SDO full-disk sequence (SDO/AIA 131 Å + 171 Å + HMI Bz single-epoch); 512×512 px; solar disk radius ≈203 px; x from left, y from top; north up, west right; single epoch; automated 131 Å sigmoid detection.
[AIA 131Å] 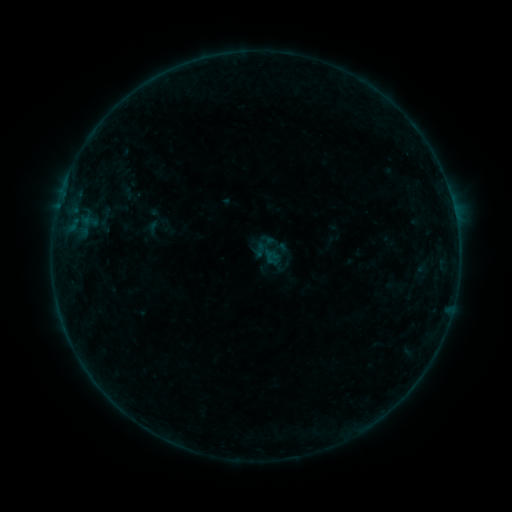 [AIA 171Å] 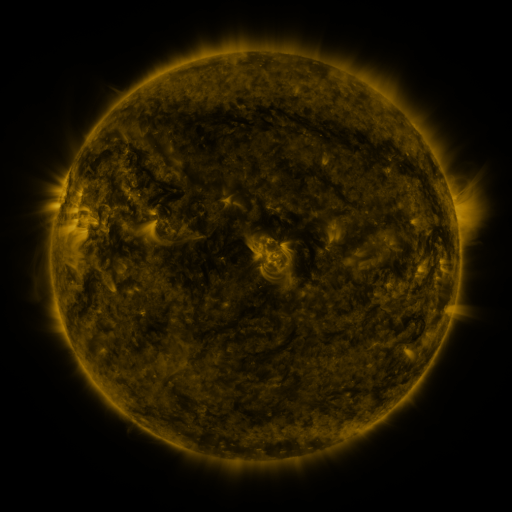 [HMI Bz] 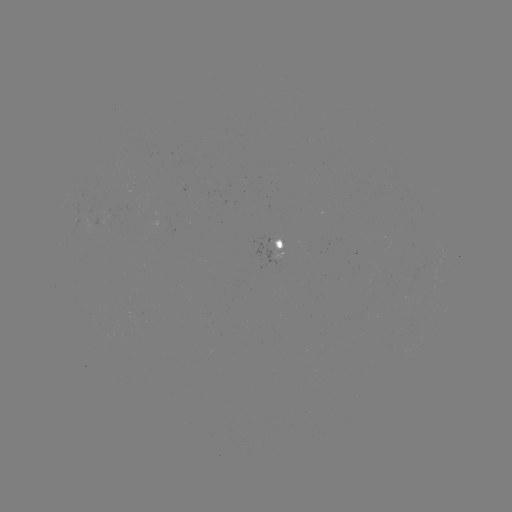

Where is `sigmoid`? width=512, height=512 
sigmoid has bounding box [252, 242, 268, 258].